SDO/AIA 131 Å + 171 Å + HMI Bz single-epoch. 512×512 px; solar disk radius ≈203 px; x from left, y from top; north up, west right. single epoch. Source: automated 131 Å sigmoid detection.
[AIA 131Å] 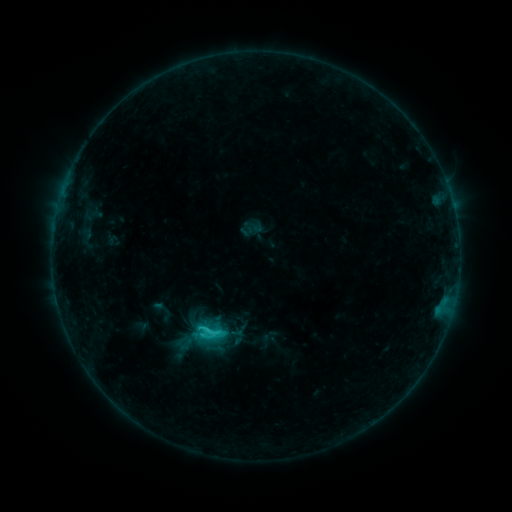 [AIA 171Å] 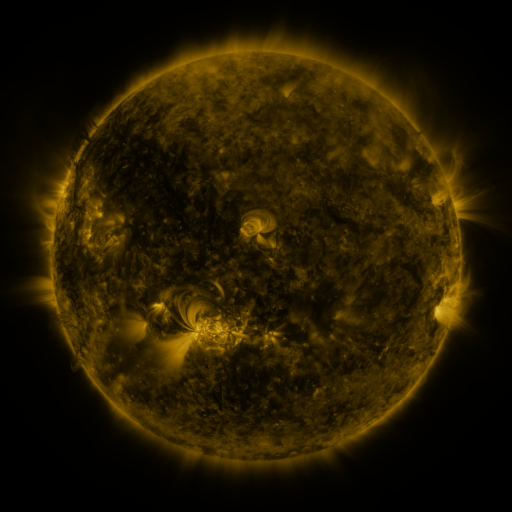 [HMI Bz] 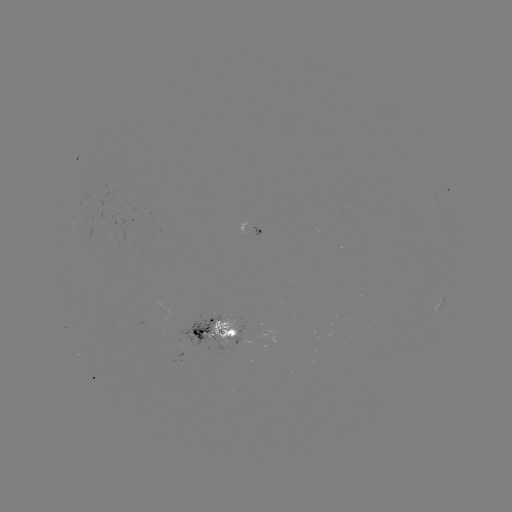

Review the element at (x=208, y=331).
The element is sigmoid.